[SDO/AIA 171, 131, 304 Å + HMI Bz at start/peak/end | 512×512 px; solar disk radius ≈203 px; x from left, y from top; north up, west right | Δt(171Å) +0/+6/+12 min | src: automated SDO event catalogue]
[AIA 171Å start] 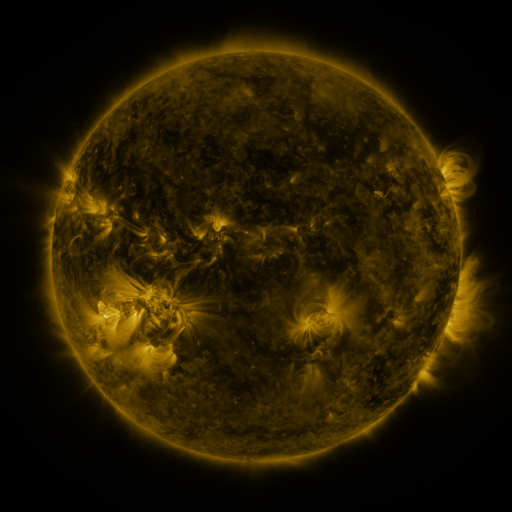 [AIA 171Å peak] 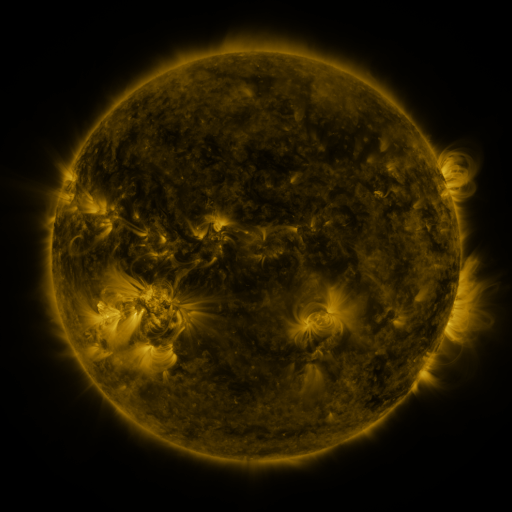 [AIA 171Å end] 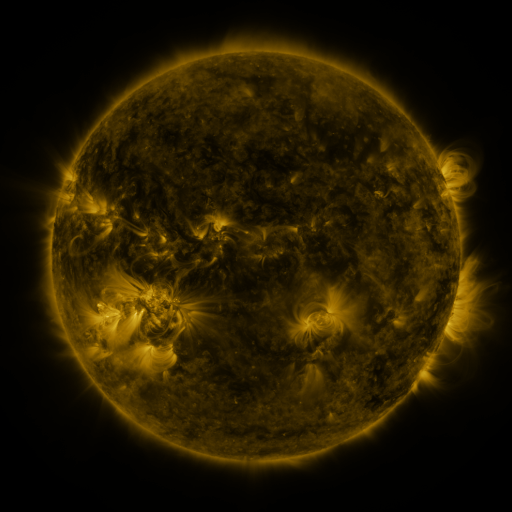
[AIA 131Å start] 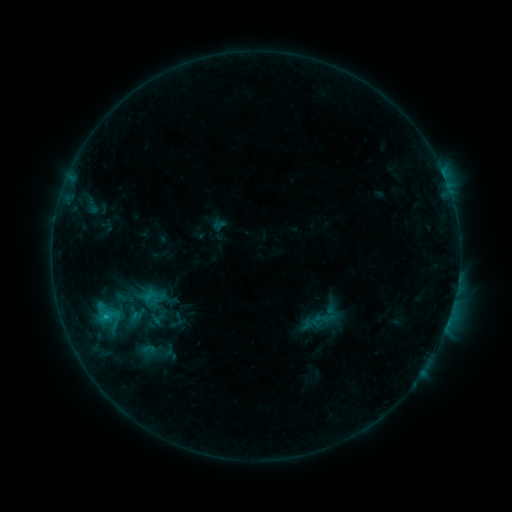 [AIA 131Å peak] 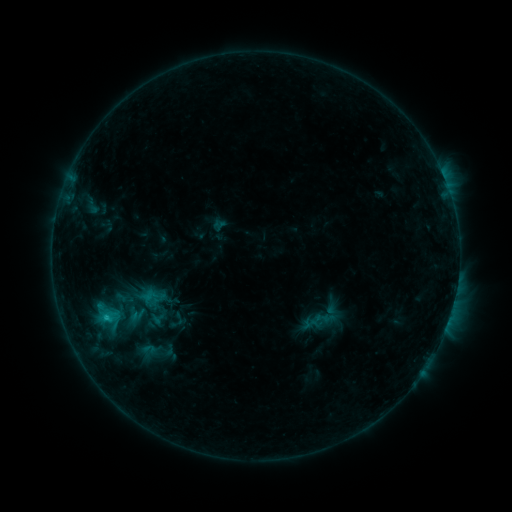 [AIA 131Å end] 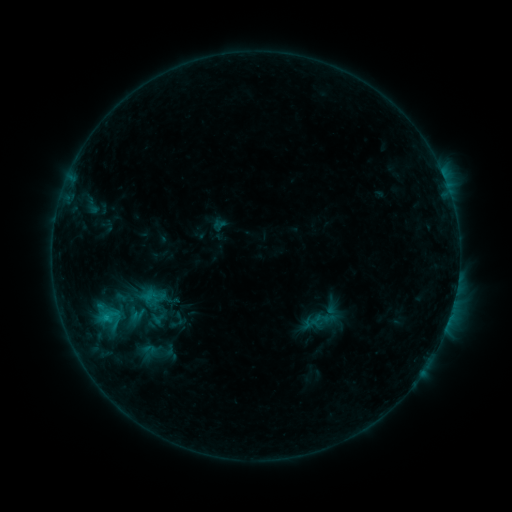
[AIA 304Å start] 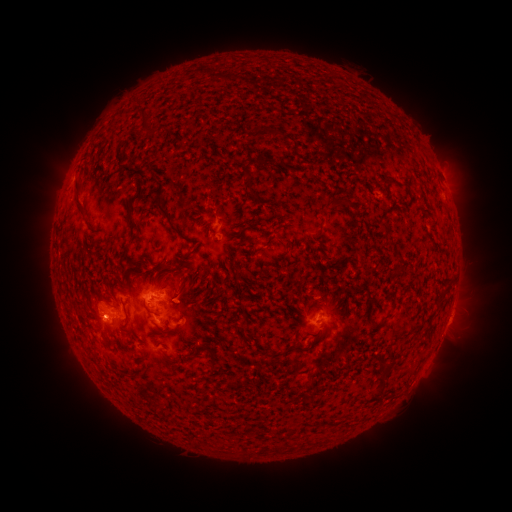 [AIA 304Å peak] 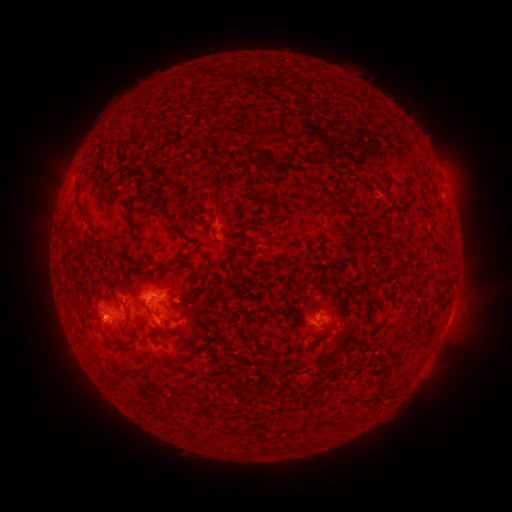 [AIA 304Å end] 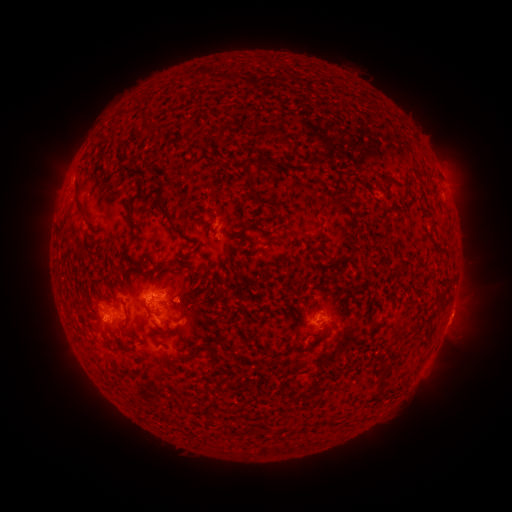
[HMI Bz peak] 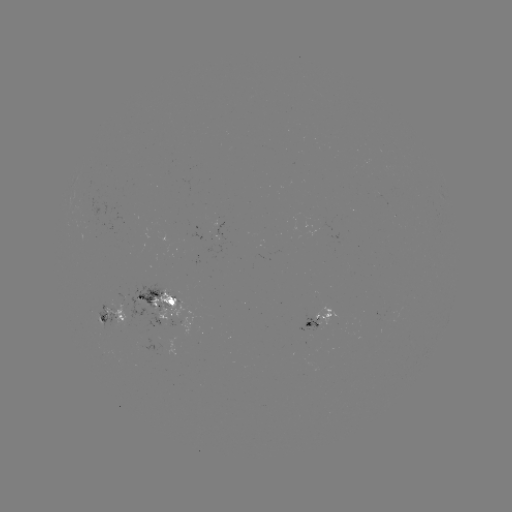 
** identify C1.0 flare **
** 107,316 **